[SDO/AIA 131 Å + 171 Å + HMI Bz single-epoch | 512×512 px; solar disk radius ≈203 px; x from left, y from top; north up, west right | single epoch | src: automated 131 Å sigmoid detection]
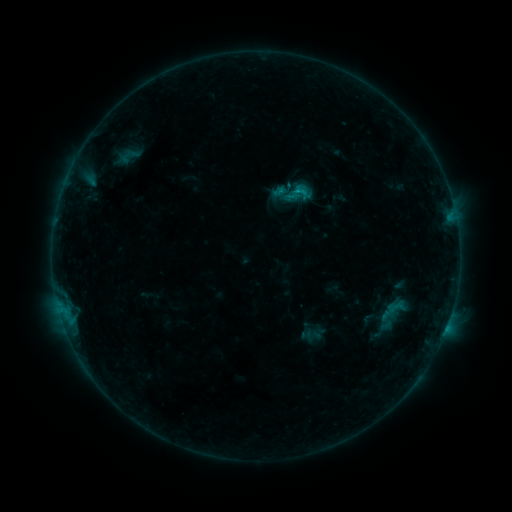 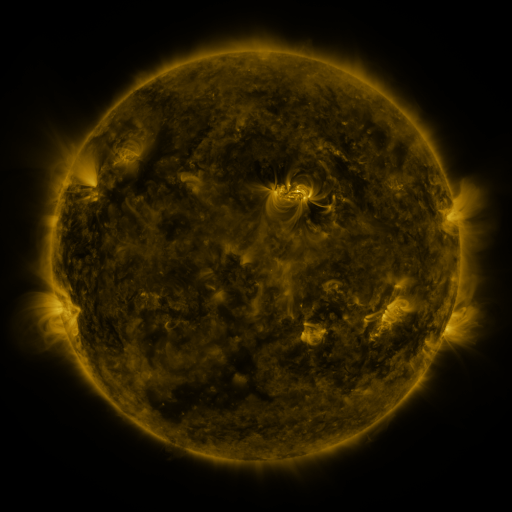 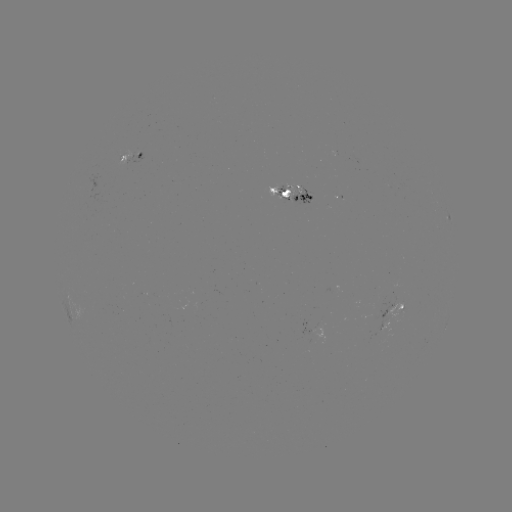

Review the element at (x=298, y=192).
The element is sigmoid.